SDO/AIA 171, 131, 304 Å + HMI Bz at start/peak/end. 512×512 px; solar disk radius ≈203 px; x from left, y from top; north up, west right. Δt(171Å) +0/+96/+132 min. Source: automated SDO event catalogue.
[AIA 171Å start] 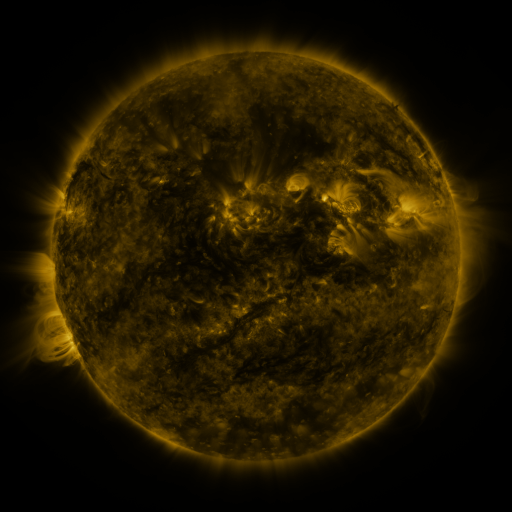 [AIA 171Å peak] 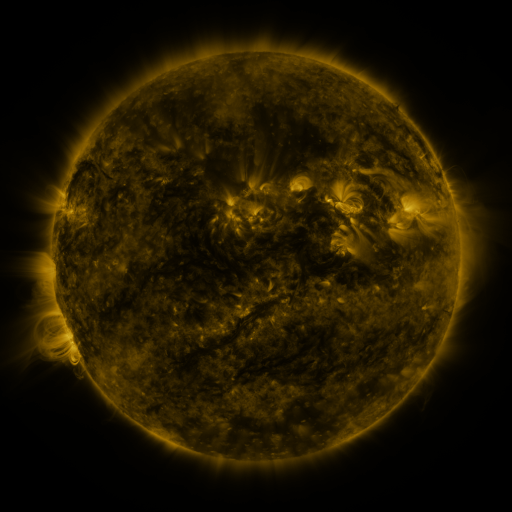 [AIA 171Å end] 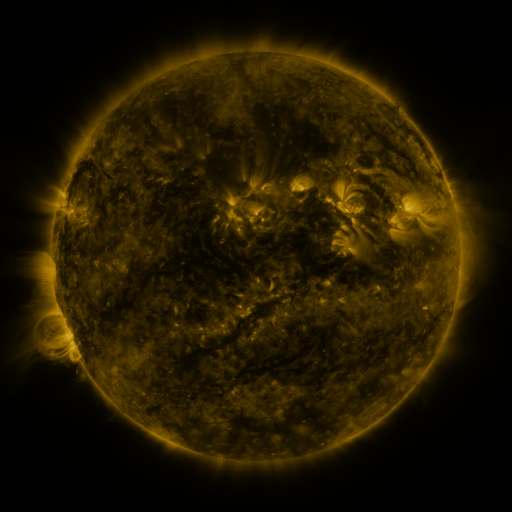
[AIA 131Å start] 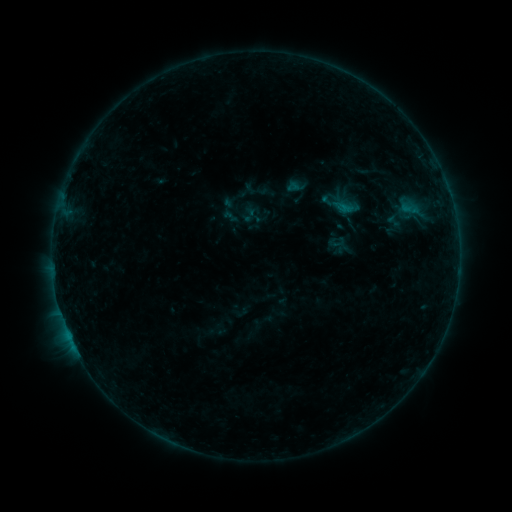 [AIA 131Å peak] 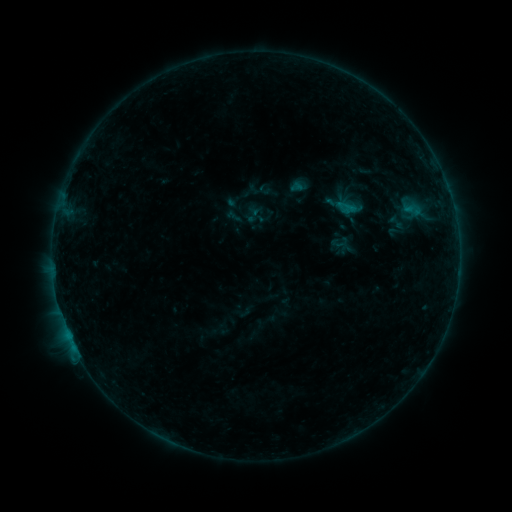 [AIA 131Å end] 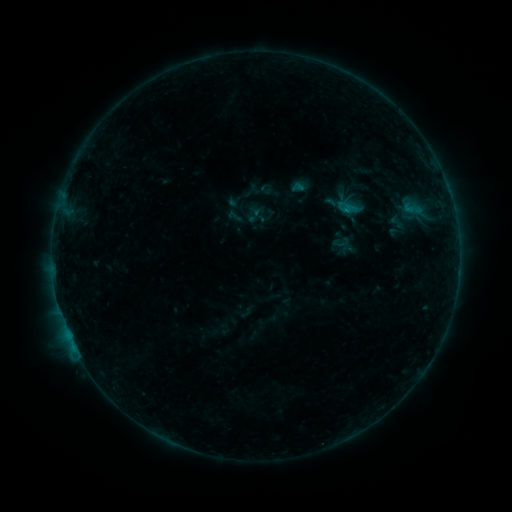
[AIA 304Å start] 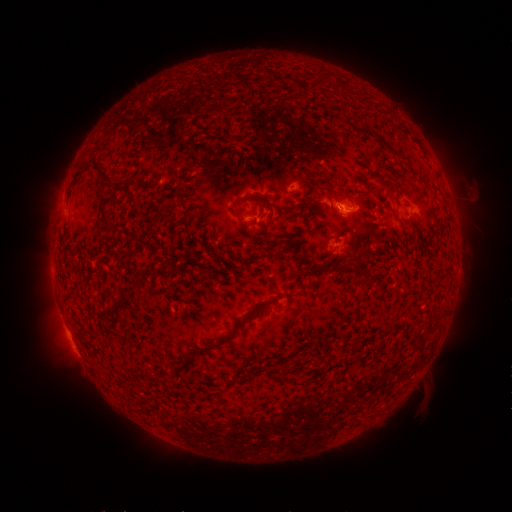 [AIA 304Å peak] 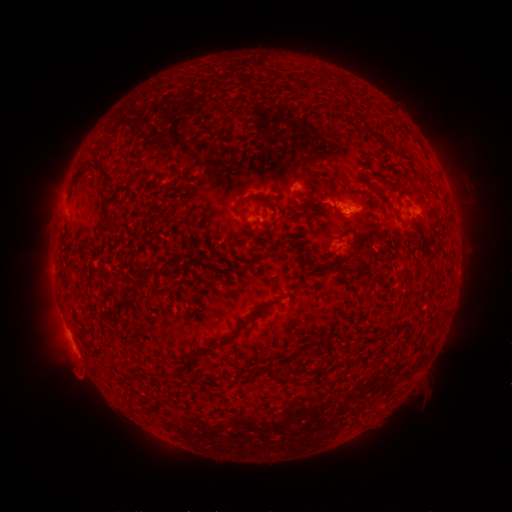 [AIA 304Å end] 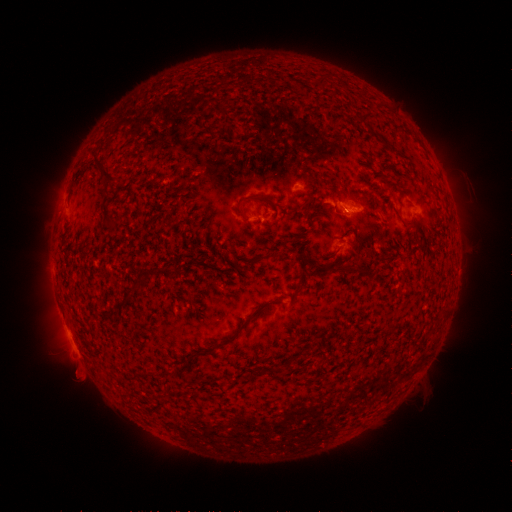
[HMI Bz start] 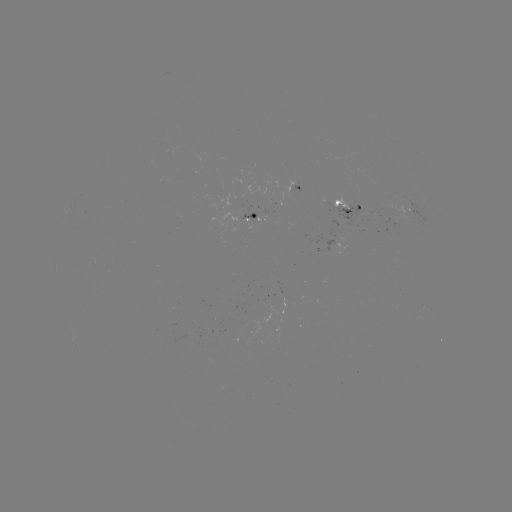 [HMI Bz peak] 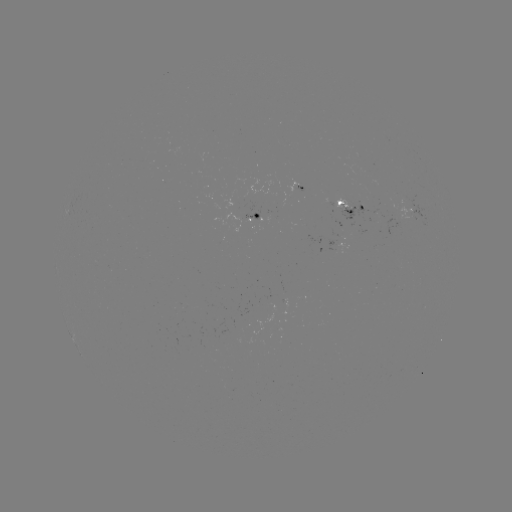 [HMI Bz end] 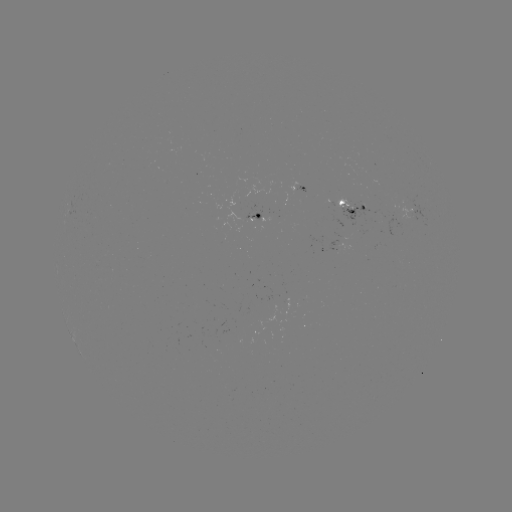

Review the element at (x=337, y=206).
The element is emerging-flux region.